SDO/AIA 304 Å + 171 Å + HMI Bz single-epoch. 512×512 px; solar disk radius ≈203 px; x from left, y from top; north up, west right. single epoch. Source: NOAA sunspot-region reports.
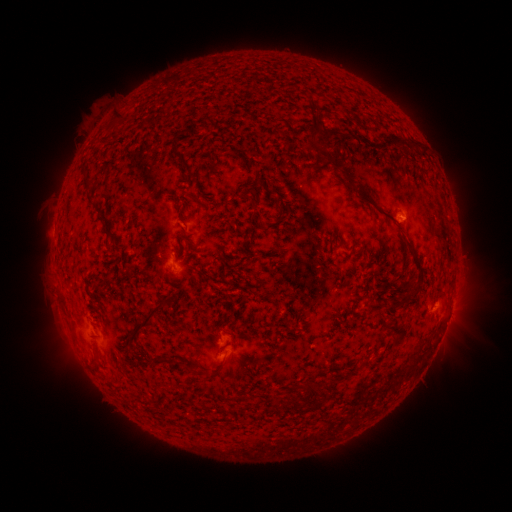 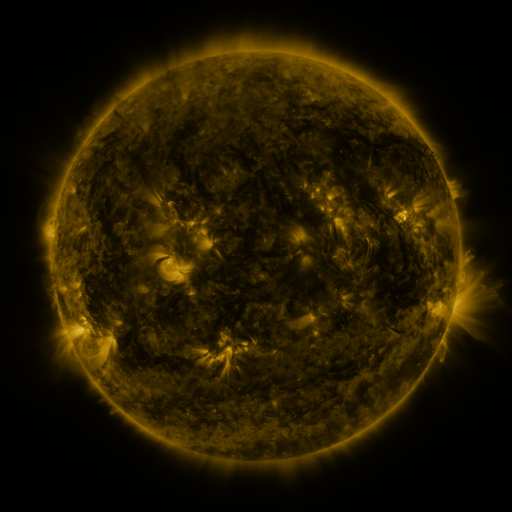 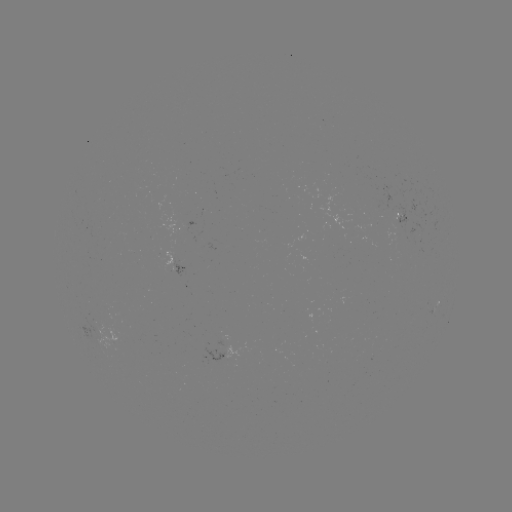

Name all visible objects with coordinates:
spotted active region: (402, 220)
spotted active region: (179, 268)
spotted active region: (452, 308)
spotted active region: (226, 348)
